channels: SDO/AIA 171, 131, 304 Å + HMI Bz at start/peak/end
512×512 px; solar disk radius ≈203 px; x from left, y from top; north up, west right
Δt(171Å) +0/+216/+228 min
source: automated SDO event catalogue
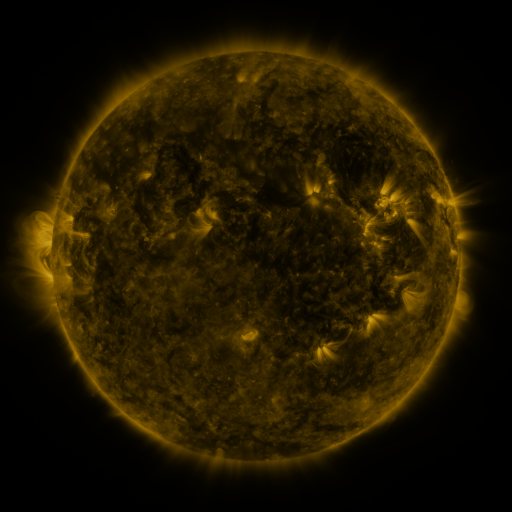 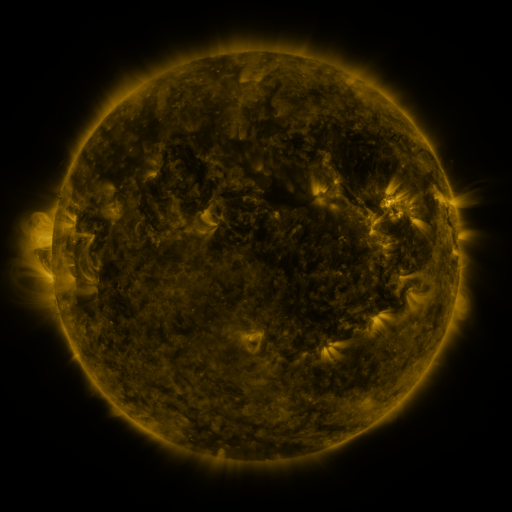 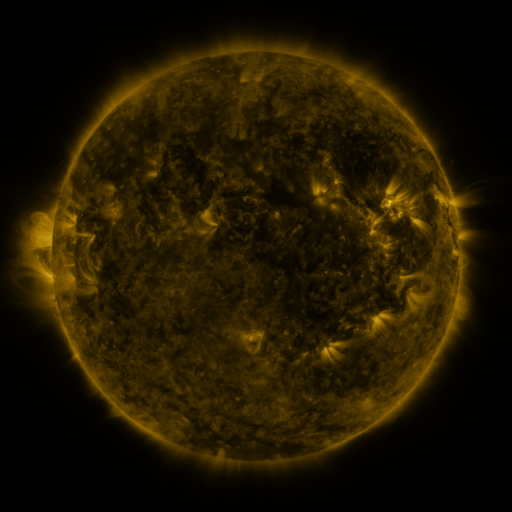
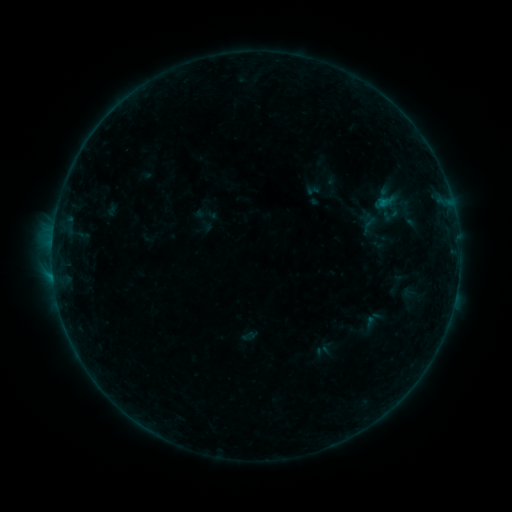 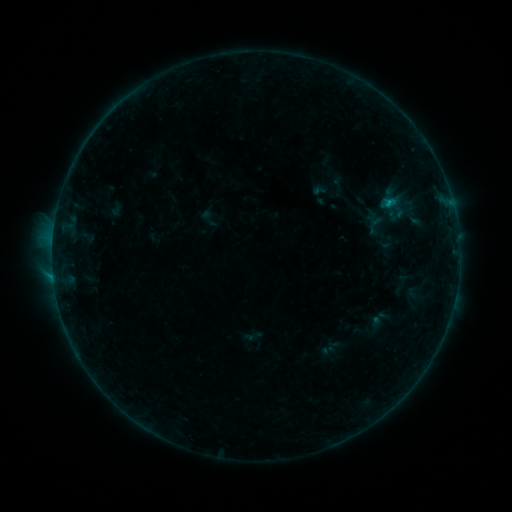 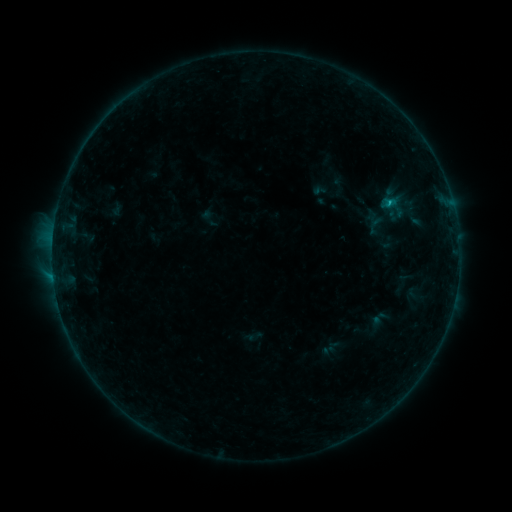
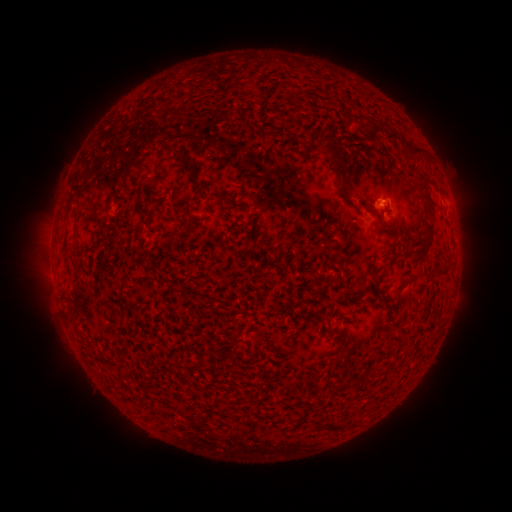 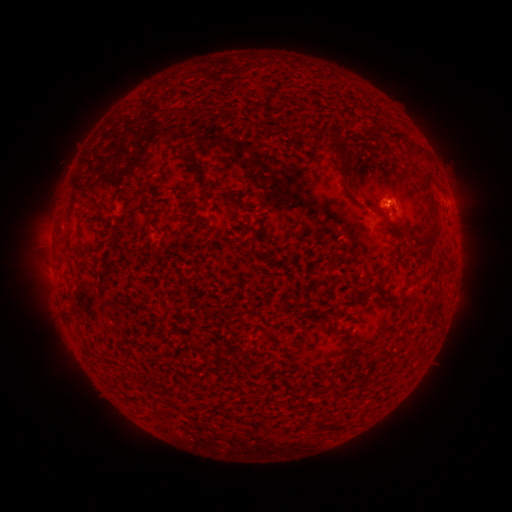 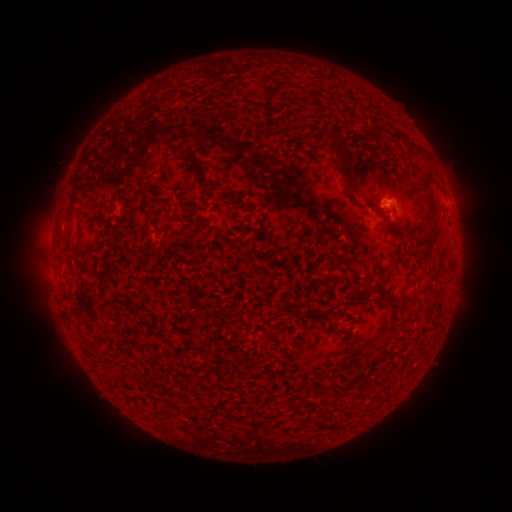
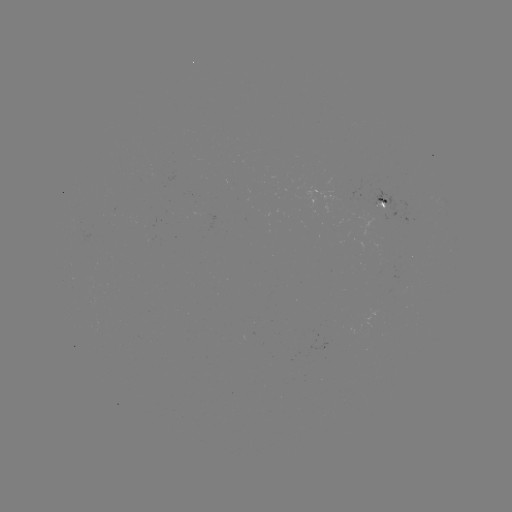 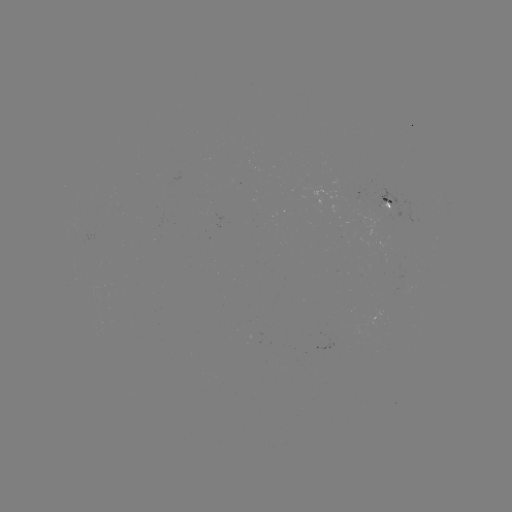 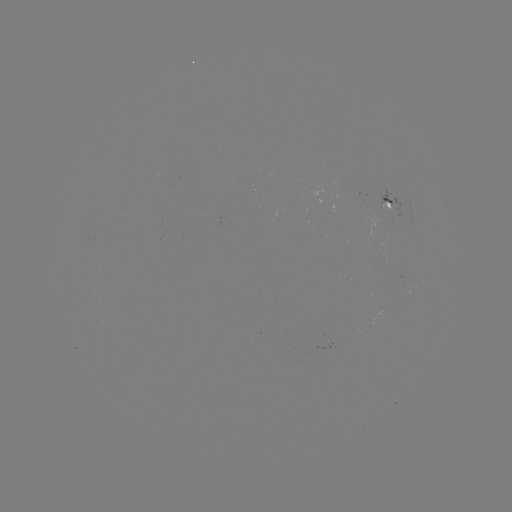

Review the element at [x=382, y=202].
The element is emerging-flux region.